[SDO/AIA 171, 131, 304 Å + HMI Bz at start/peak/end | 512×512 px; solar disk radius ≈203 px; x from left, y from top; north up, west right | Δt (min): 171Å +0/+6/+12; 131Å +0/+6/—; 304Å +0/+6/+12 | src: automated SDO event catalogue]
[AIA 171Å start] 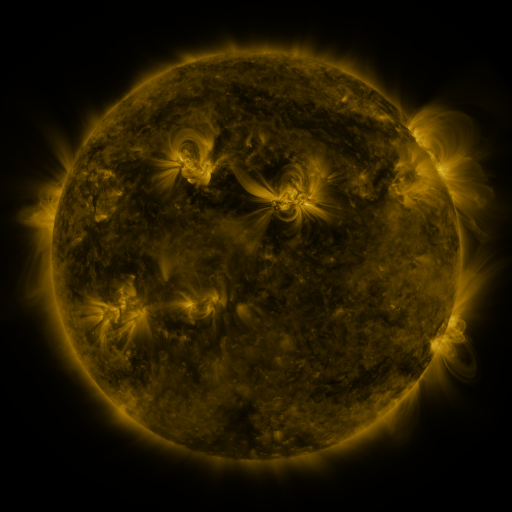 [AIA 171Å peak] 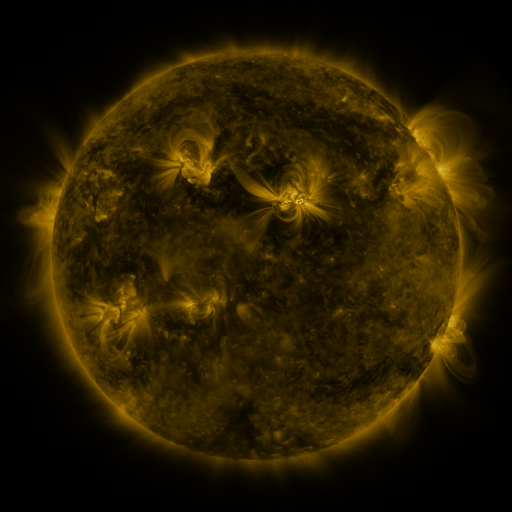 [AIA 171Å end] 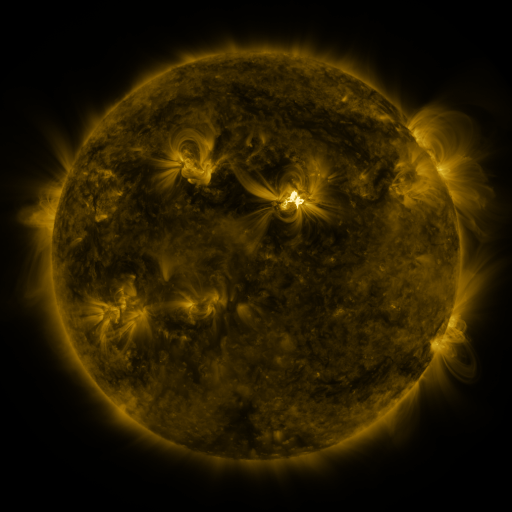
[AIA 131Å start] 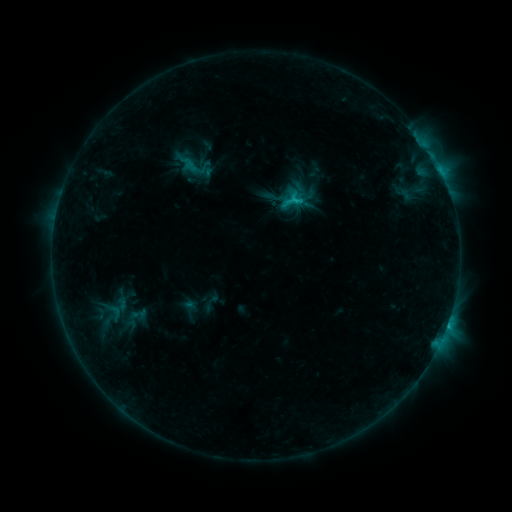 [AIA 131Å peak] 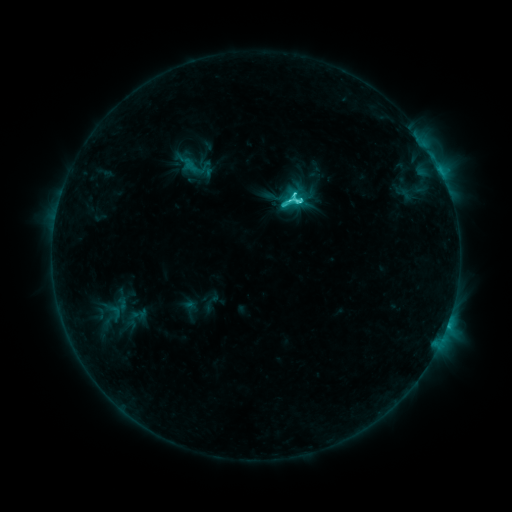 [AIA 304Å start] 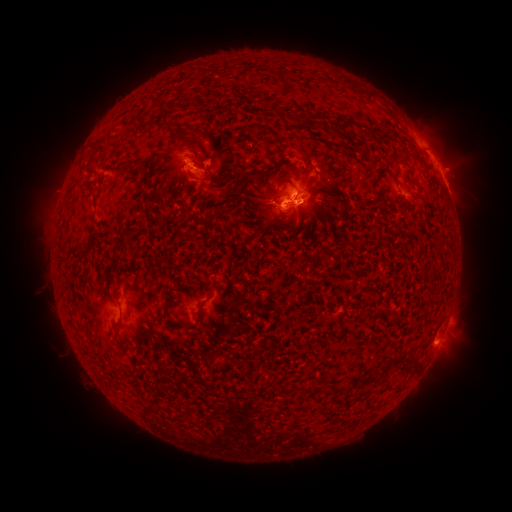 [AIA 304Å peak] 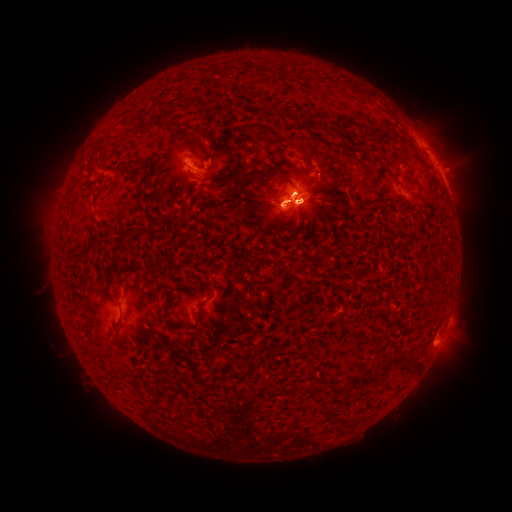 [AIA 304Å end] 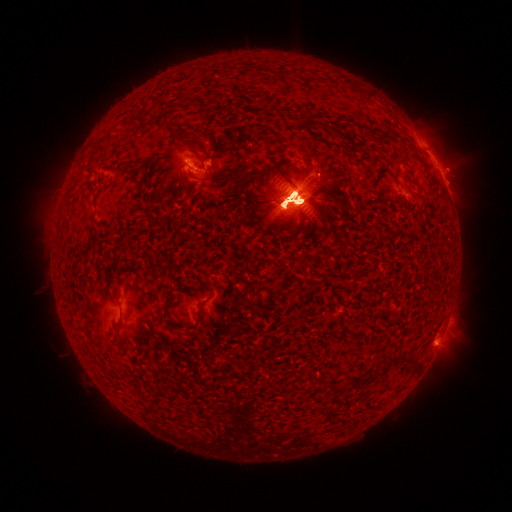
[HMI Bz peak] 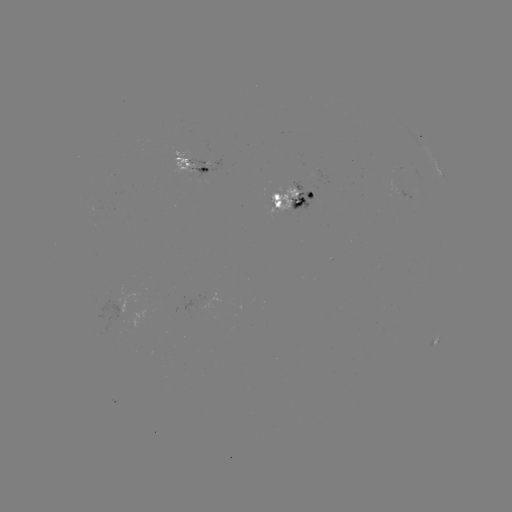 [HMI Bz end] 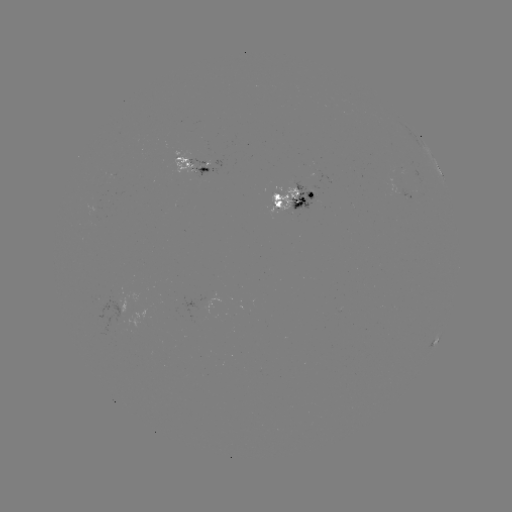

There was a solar flare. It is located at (294, 202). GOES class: X1.5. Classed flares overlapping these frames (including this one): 1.